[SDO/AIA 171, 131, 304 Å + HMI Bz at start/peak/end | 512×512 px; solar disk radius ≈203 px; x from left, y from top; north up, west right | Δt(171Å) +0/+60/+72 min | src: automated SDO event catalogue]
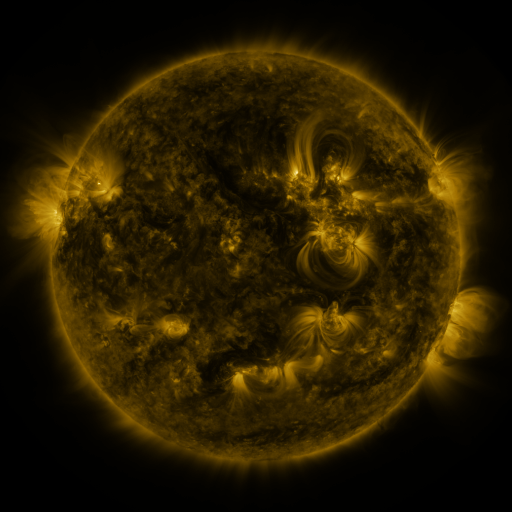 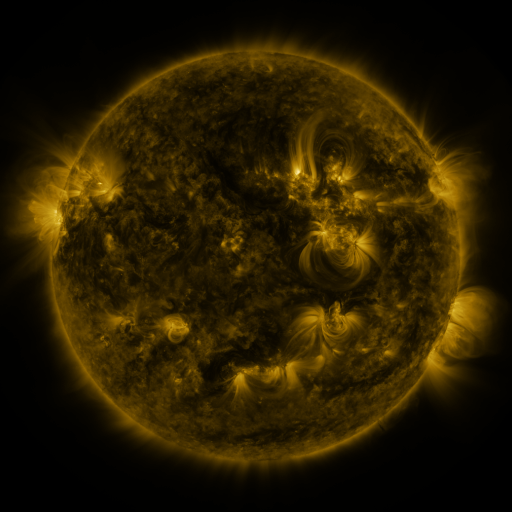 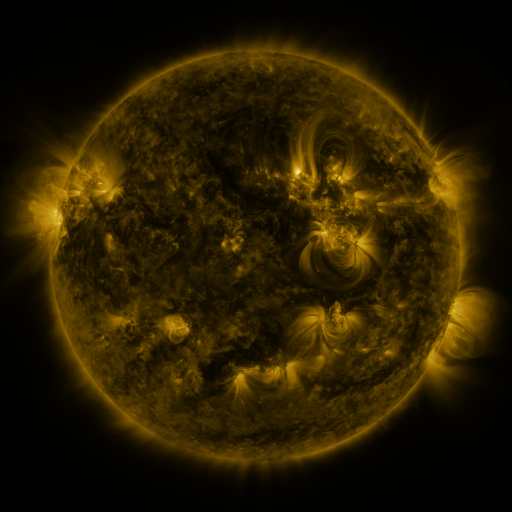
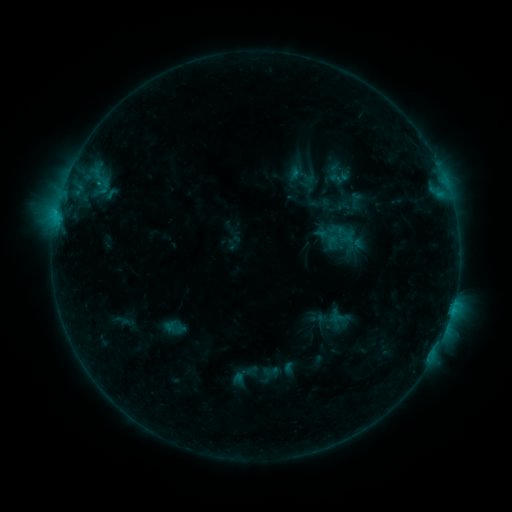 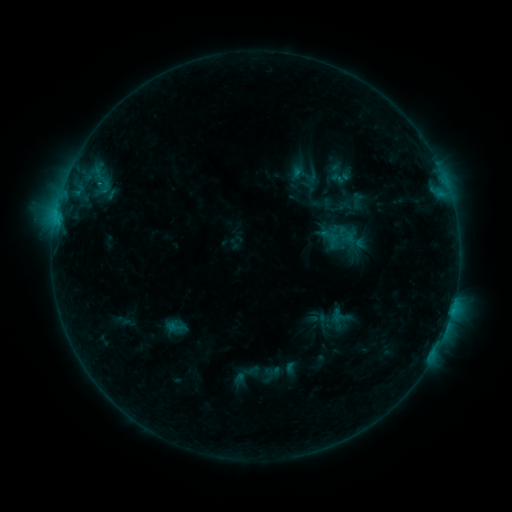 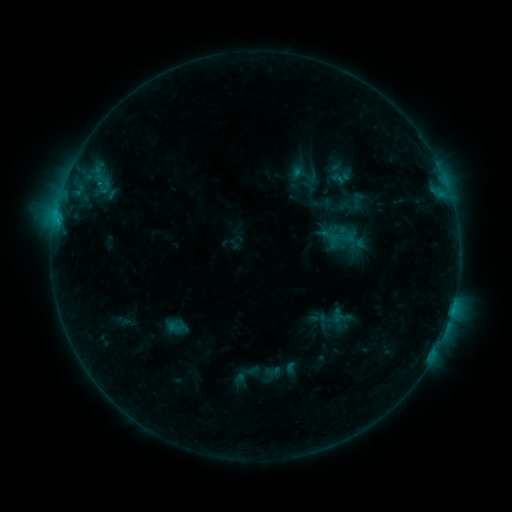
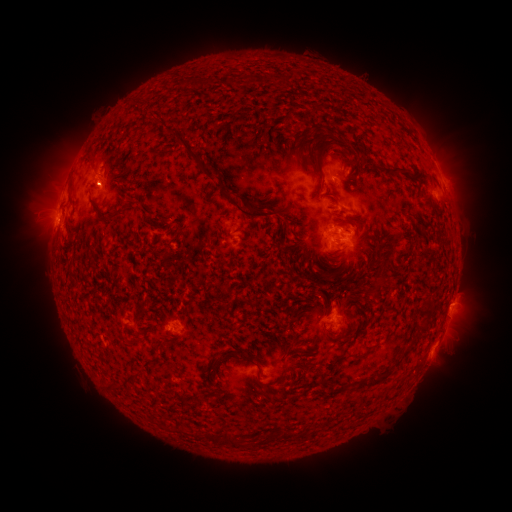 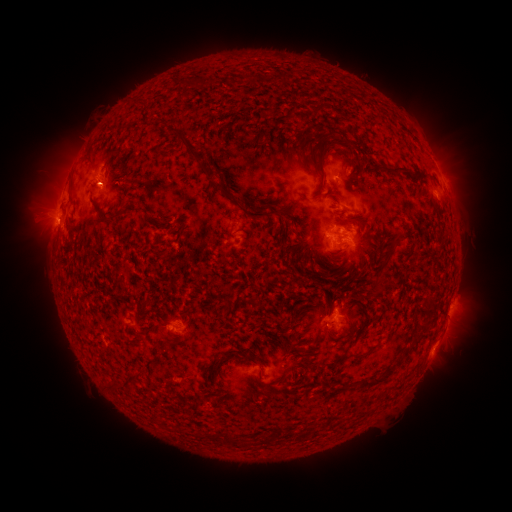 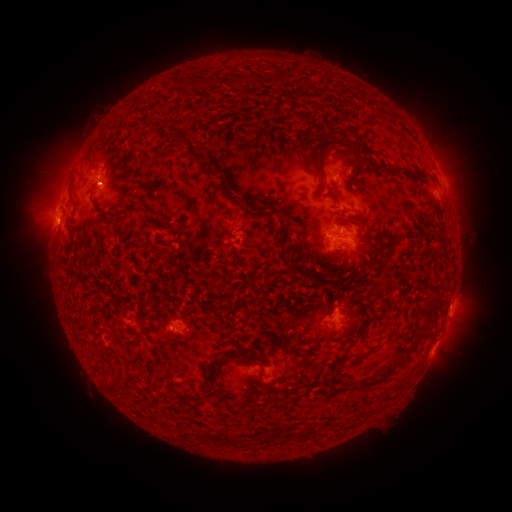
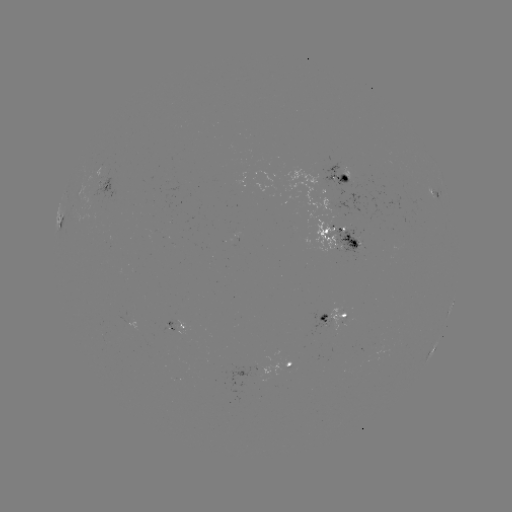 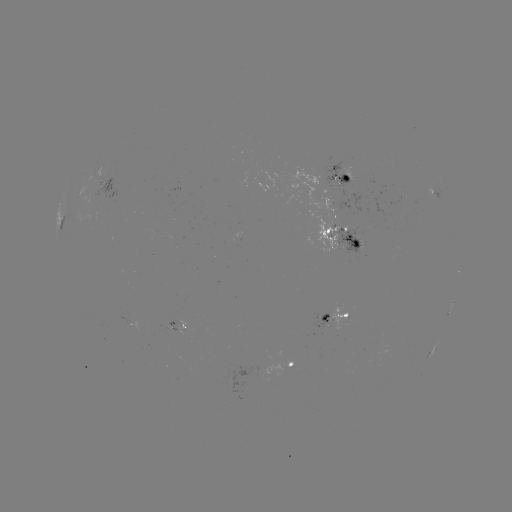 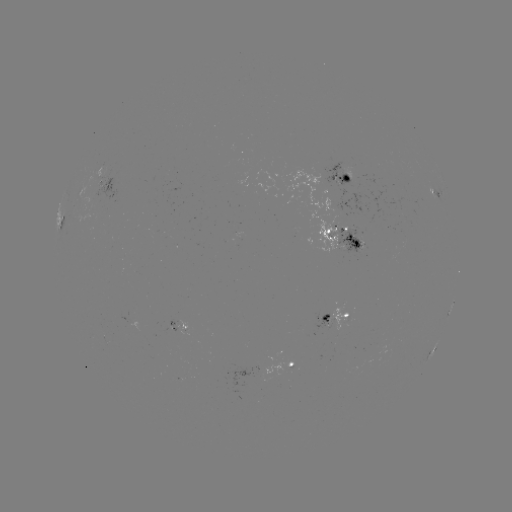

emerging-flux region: (175, 325, 189, 336)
